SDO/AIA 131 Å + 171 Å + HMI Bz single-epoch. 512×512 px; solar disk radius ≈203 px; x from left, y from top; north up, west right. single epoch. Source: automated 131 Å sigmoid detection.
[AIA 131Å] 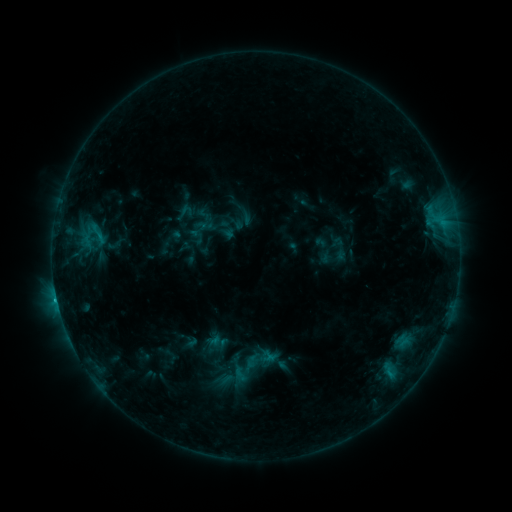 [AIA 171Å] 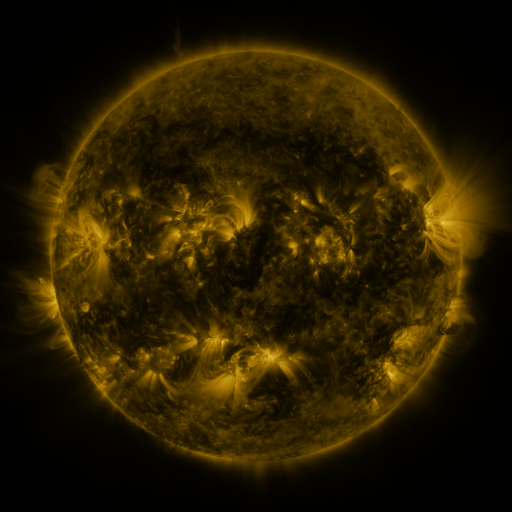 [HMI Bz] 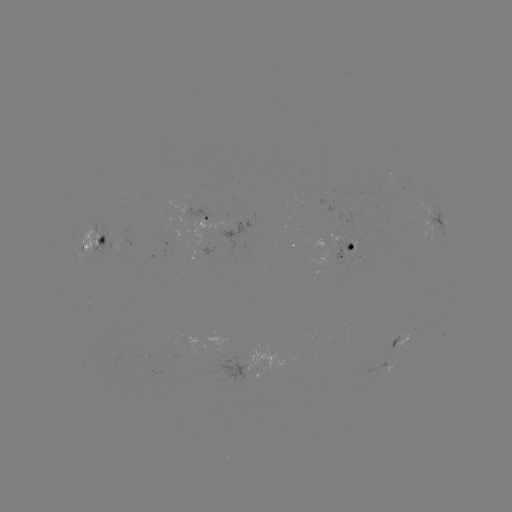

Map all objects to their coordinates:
sigmoid: (174, 201, 196, 224)
sigmoid: (197, 216, 213, 233)
sigmoid: (227, 350, 265, 386)
